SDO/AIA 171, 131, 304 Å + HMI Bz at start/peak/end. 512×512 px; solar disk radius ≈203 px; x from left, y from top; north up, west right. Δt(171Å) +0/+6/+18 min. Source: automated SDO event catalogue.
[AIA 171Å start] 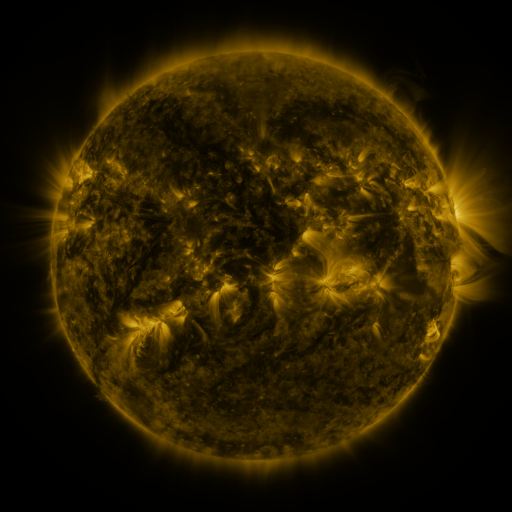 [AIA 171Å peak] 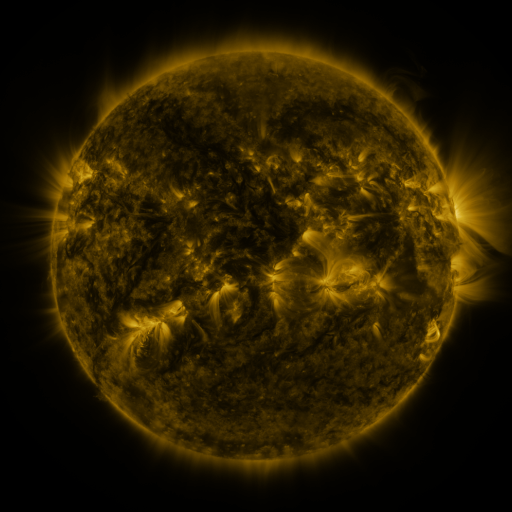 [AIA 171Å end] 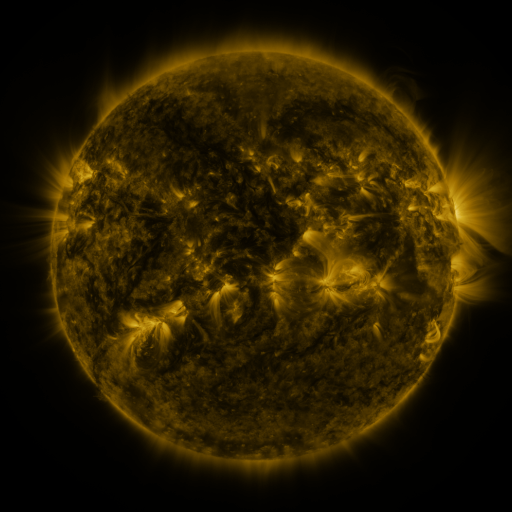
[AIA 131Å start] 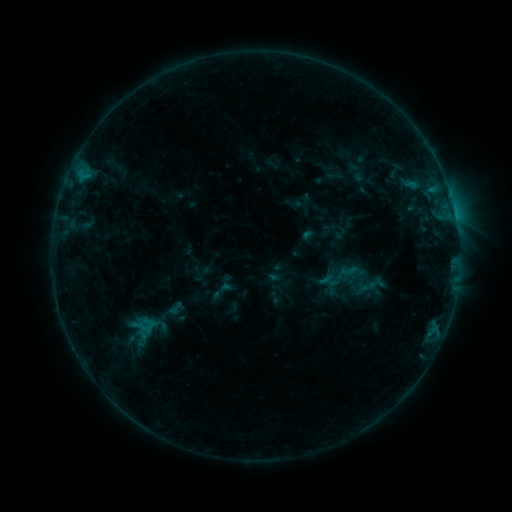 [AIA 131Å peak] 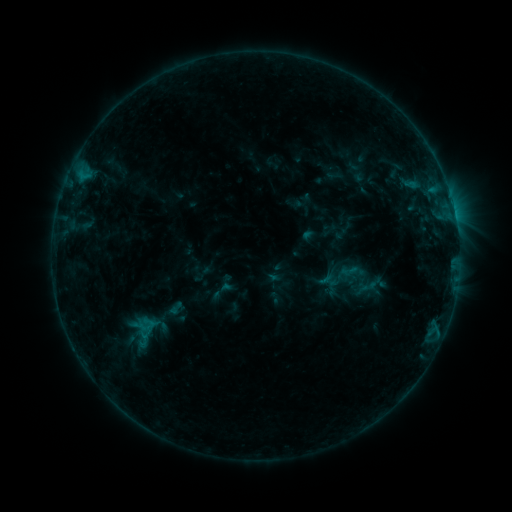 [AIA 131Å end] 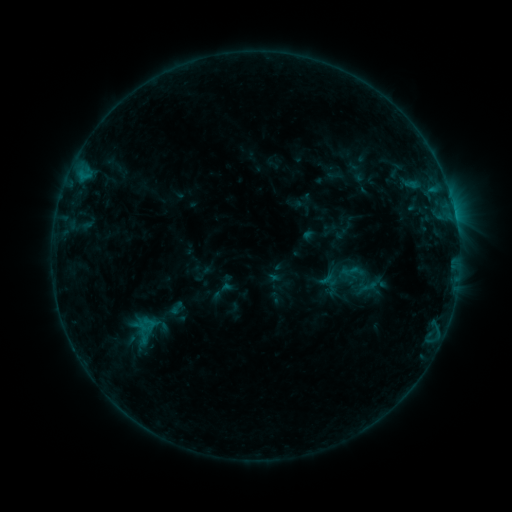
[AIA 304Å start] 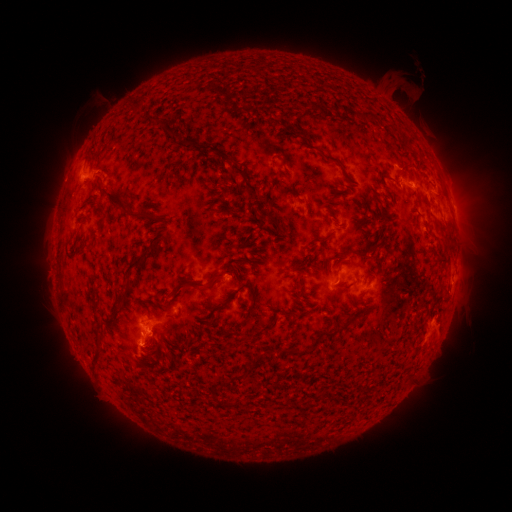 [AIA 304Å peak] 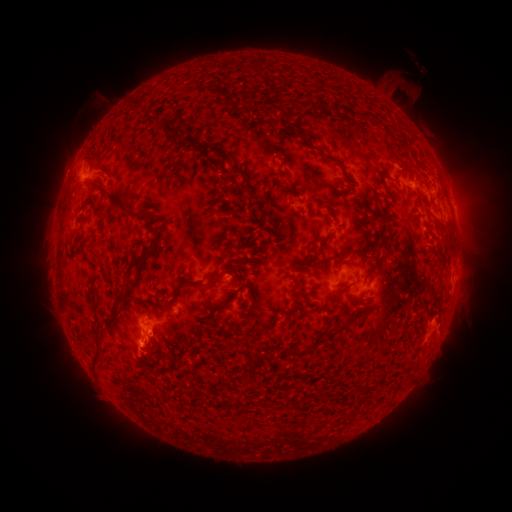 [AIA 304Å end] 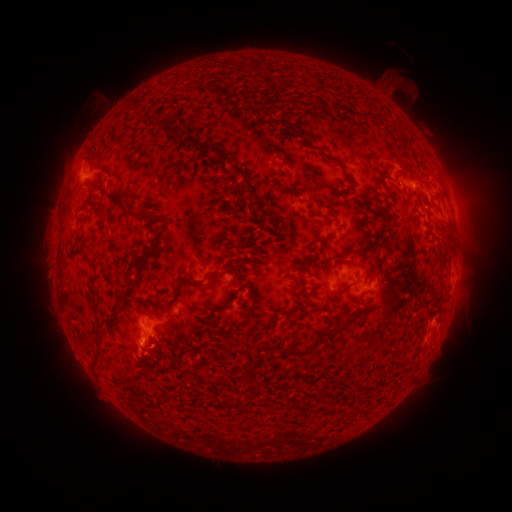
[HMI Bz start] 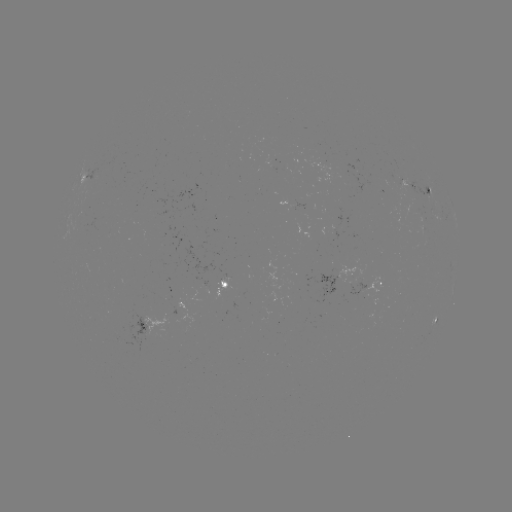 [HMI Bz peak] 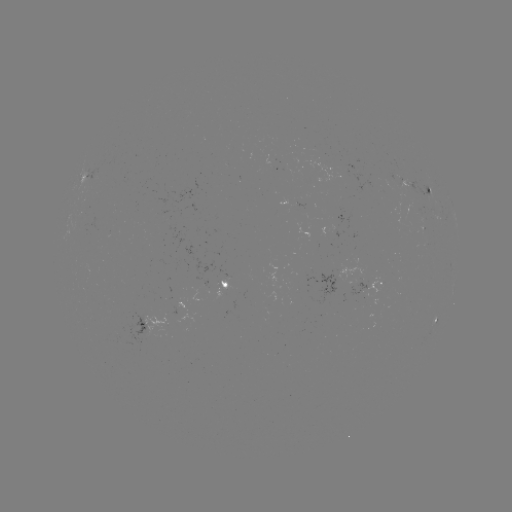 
no classed flare was catalogued and no EUV brightening was flagged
